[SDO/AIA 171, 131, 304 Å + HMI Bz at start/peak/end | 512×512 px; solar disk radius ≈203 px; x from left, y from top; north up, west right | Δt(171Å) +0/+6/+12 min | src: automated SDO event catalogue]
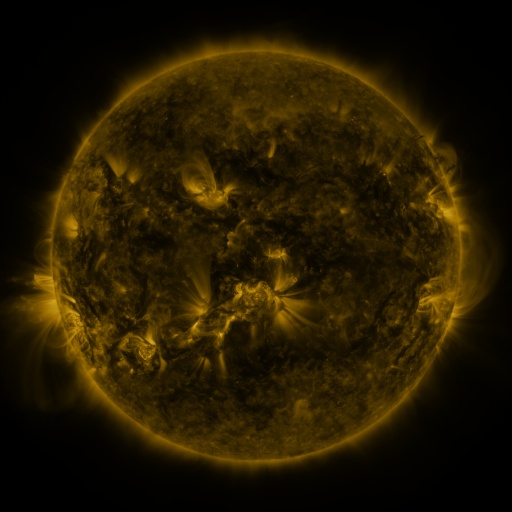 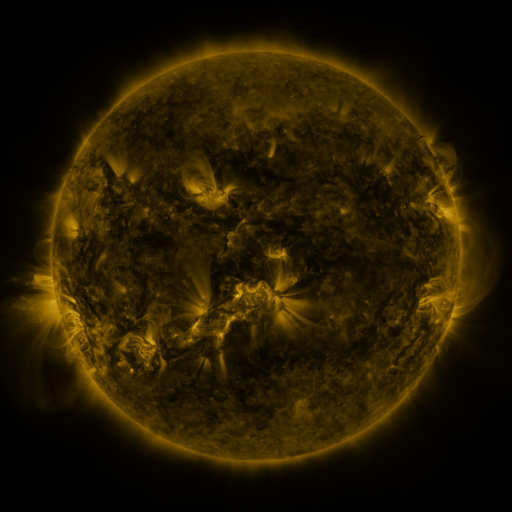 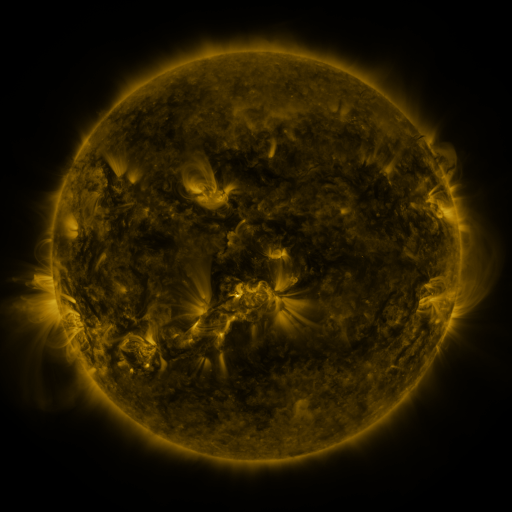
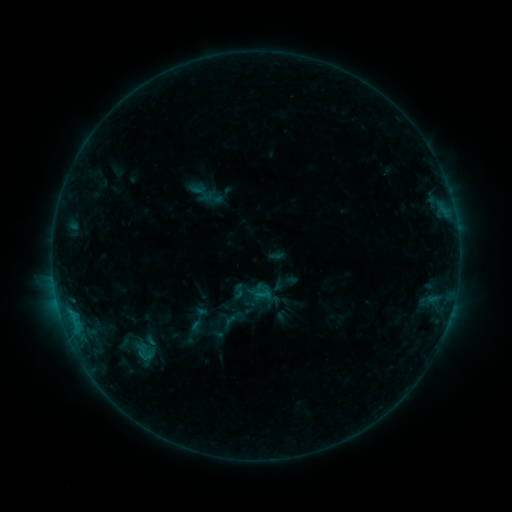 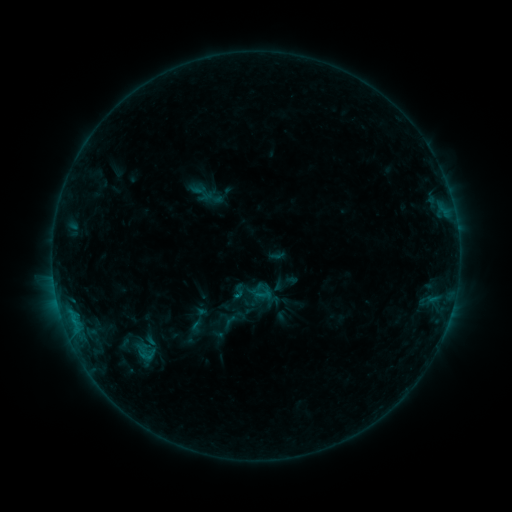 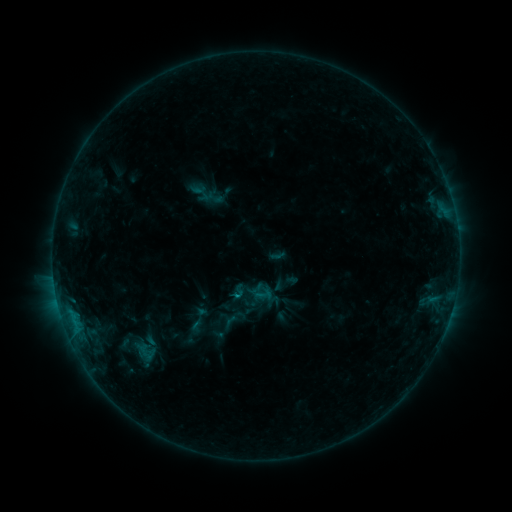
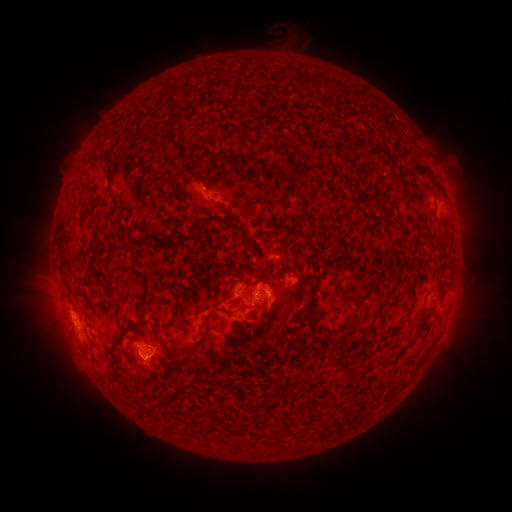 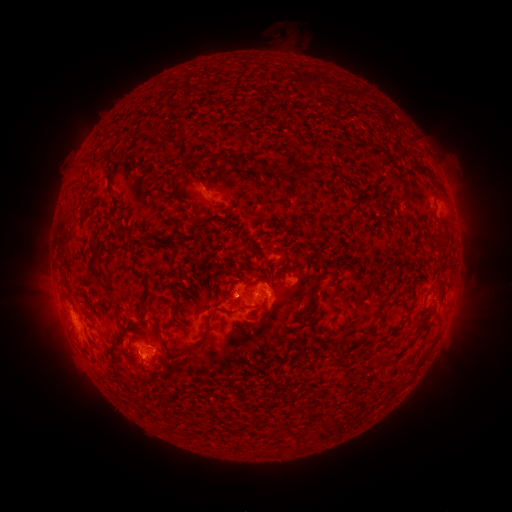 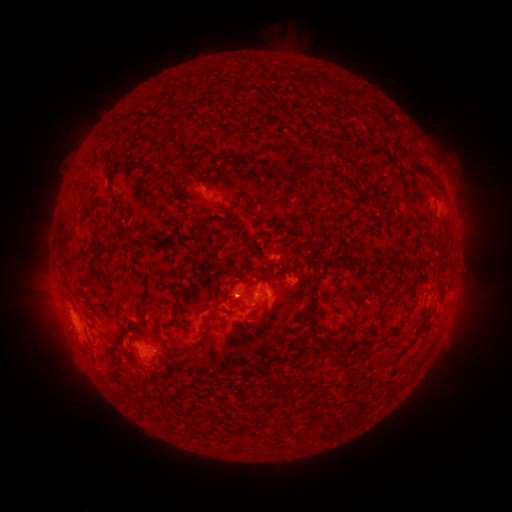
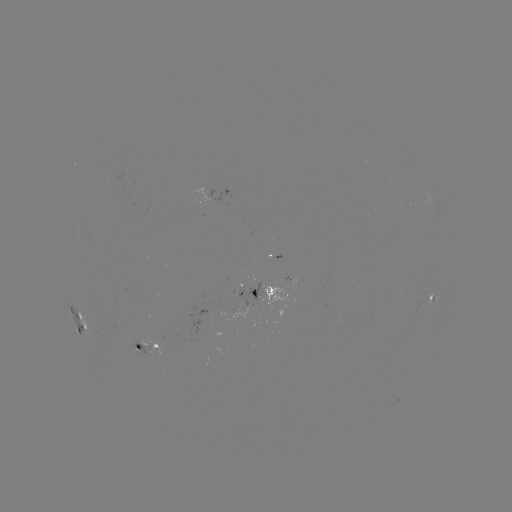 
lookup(C1.0 flare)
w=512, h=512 (74, 320)